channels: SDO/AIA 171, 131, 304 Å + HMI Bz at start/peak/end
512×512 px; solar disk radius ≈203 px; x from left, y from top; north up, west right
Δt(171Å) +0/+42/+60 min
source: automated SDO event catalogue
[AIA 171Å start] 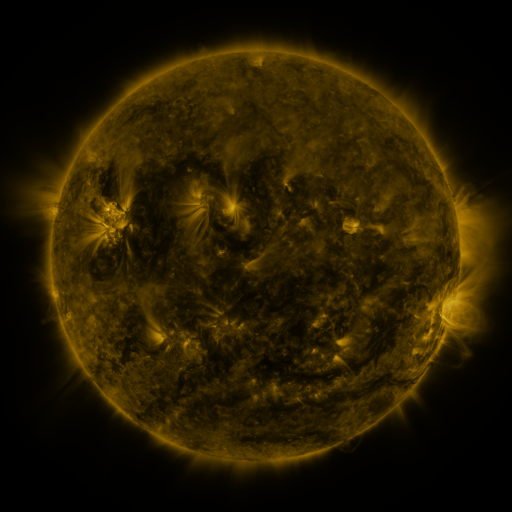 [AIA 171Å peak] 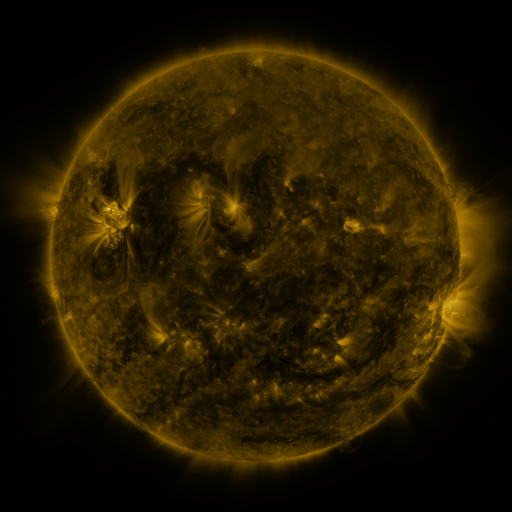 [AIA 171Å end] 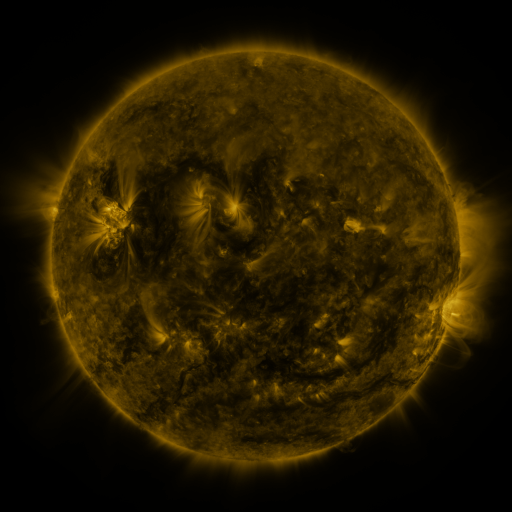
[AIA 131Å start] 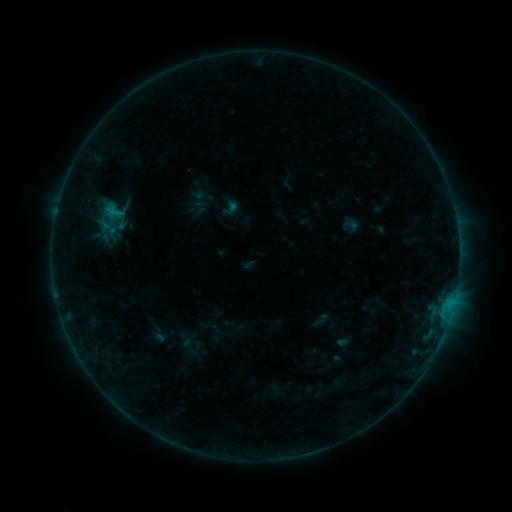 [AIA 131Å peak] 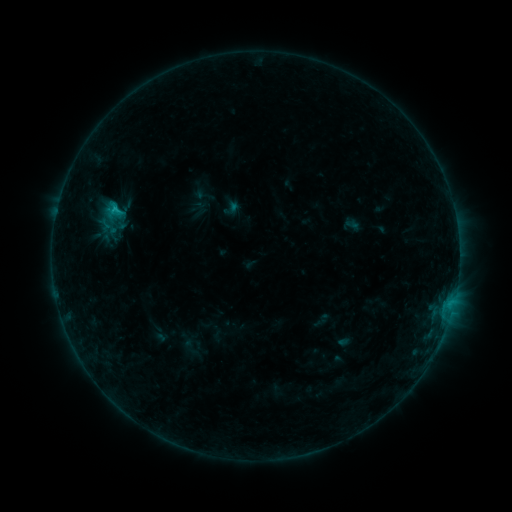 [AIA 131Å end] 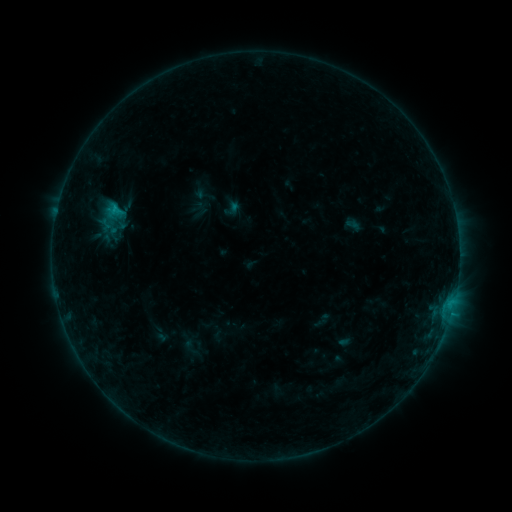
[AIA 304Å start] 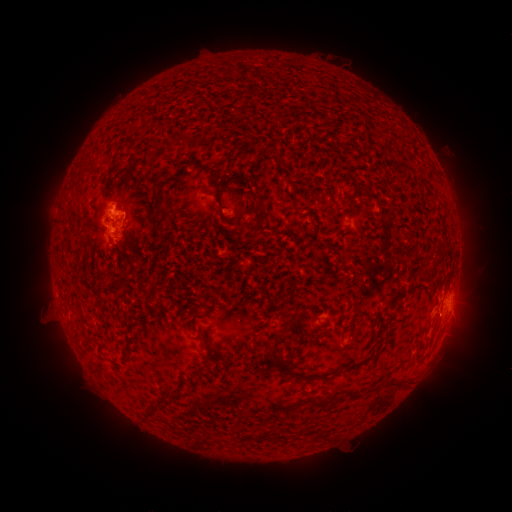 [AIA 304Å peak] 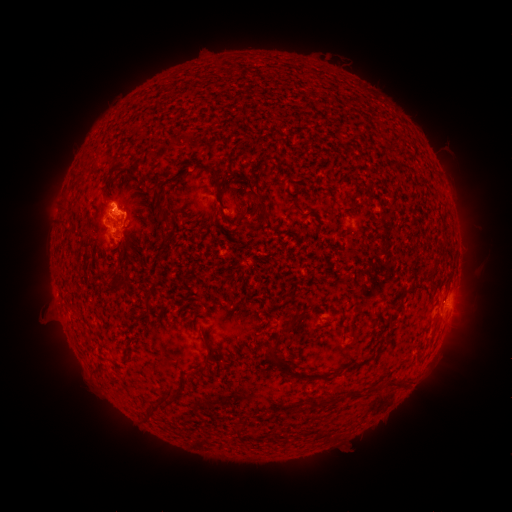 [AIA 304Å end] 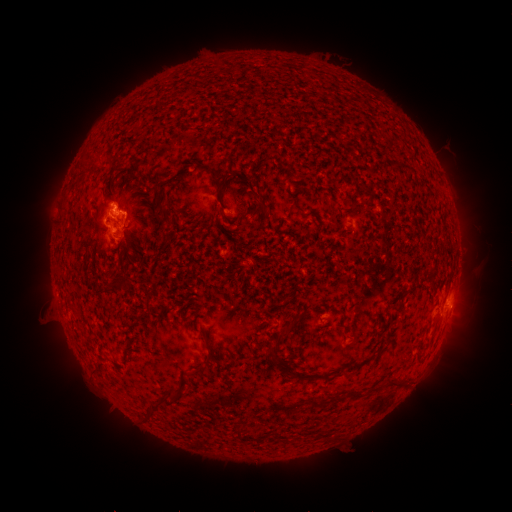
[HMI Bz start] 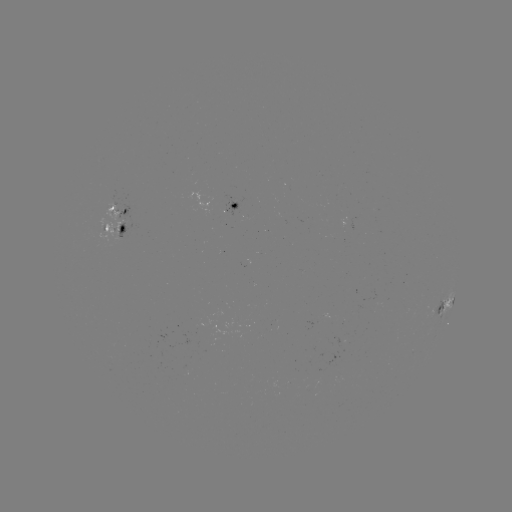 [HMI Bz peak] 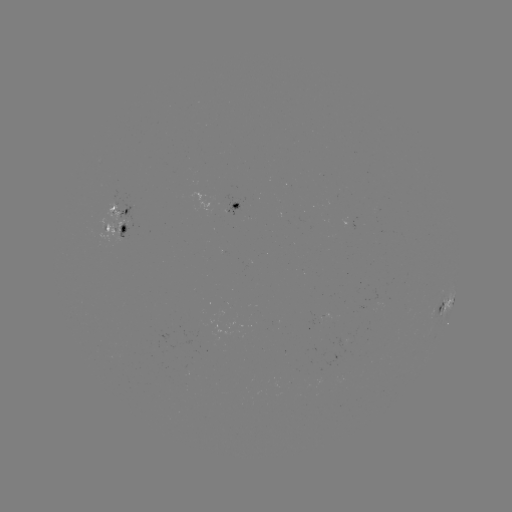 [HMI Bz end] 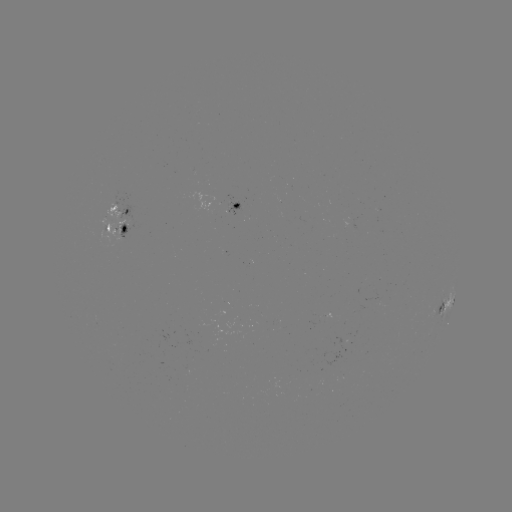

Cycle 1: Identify C1.2 flare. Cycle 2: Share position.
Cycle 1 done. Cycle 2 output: [115, 212].